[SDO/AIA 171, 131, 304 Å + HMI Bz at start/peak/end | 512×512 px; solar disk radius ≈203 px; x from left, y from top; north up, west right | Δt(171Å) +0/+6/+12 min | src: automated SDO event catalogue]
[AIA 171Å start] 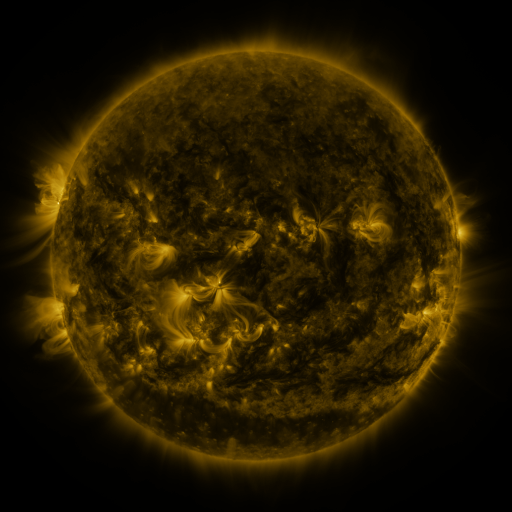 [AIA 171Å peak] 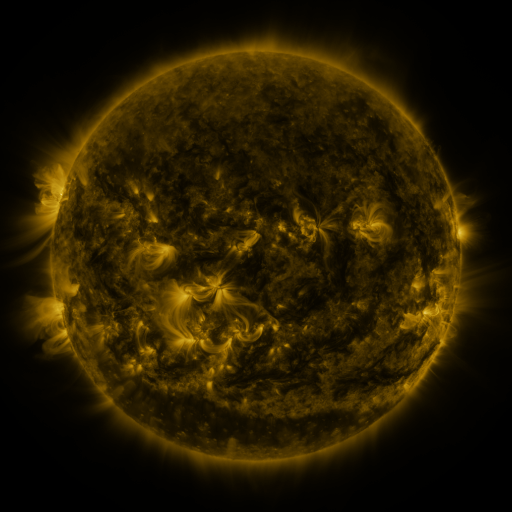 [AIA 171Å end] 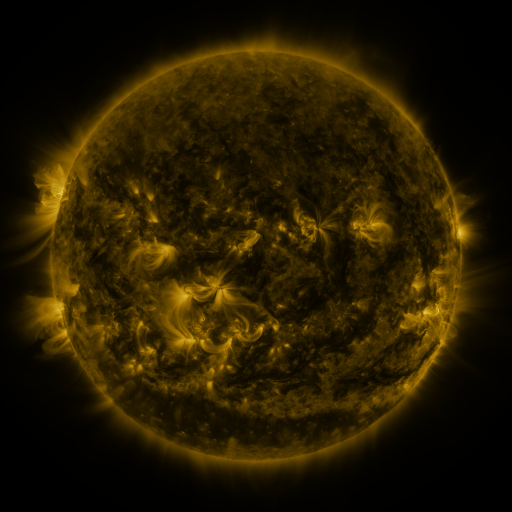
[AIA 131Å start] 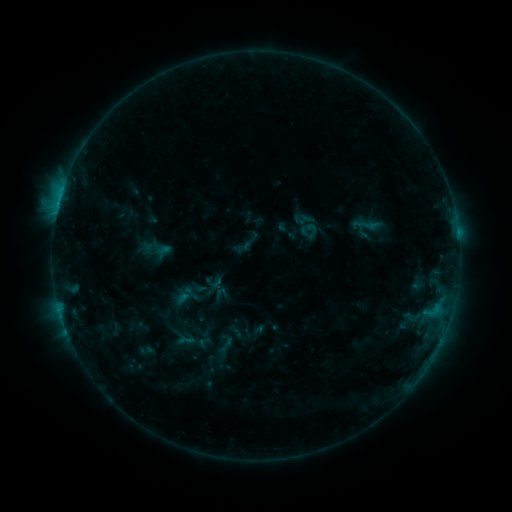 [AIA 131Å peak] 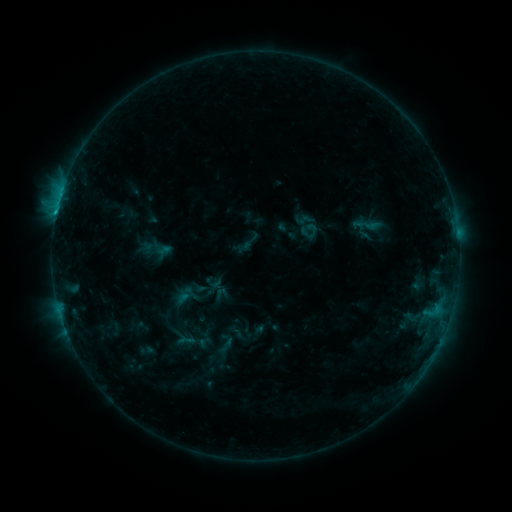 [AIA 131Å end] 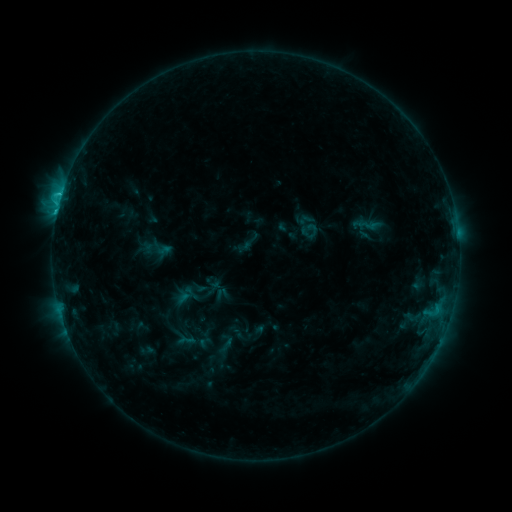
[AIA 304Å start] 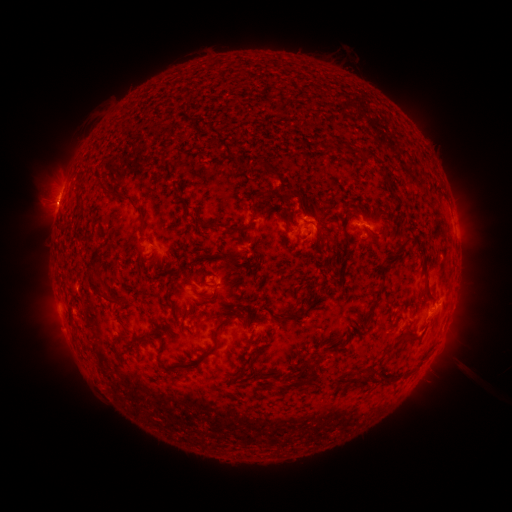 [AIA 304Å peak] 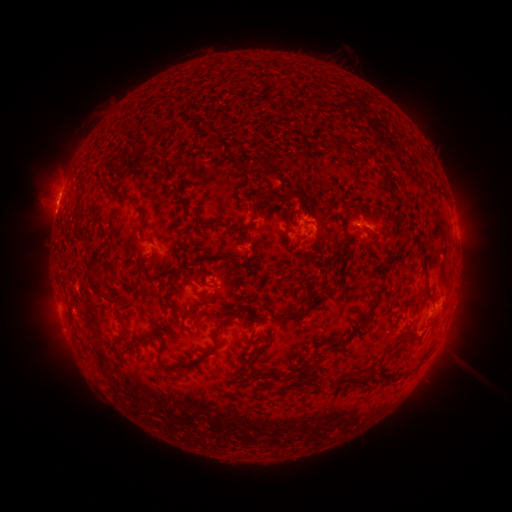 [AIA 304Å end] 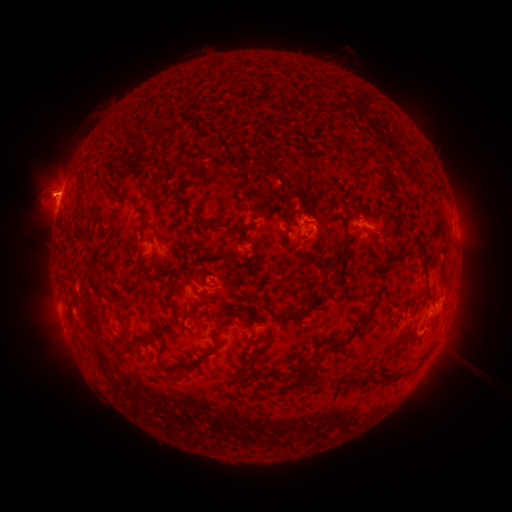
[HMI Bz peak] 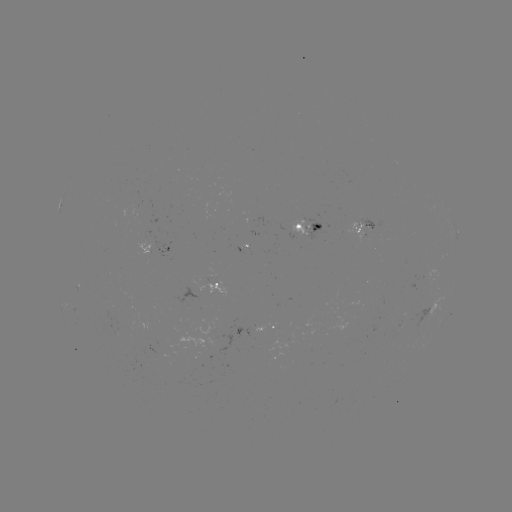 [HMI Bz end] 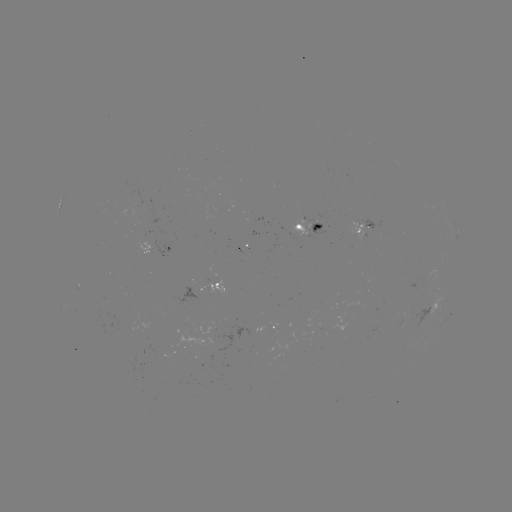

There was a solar eruption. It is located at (56, 196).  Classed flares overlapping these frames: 1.